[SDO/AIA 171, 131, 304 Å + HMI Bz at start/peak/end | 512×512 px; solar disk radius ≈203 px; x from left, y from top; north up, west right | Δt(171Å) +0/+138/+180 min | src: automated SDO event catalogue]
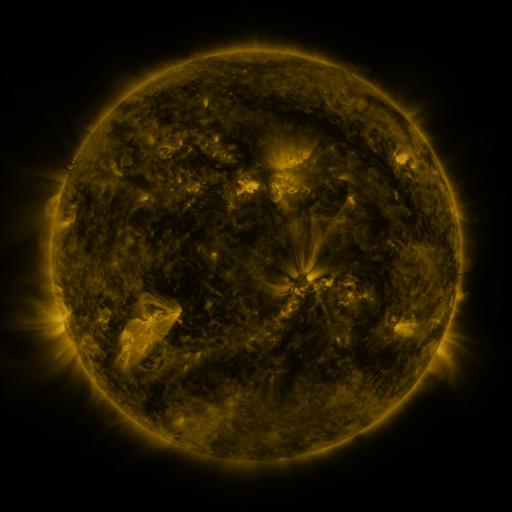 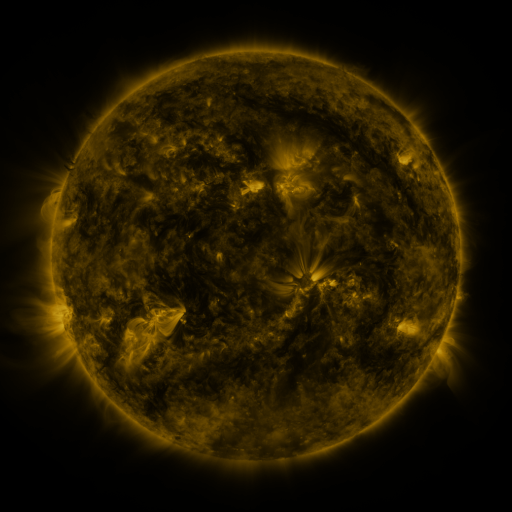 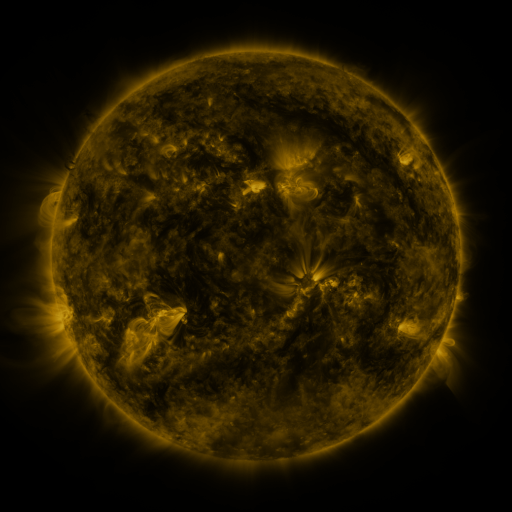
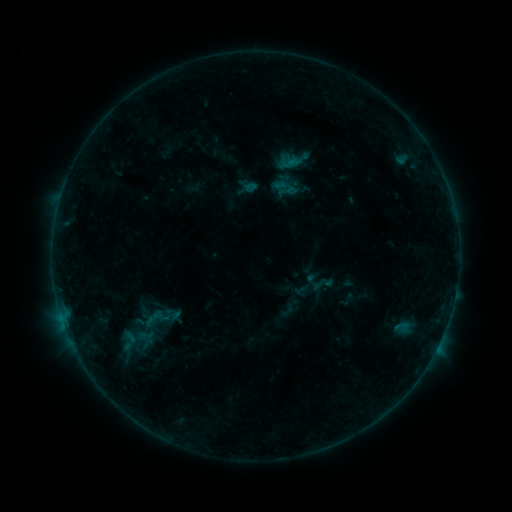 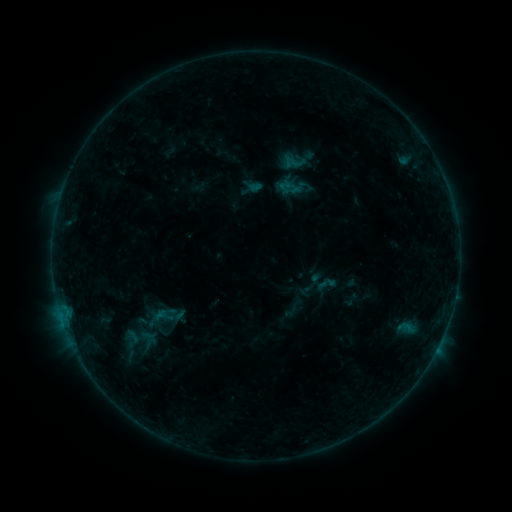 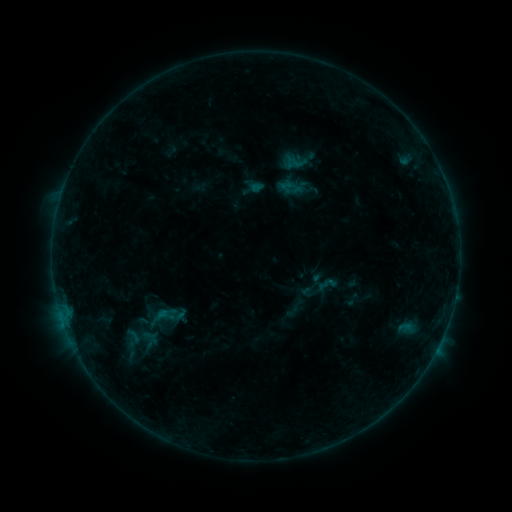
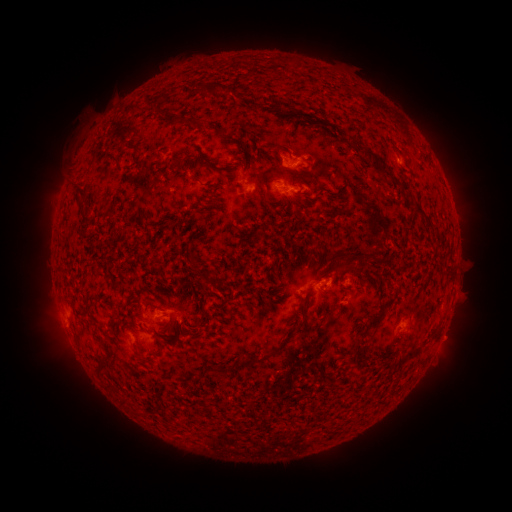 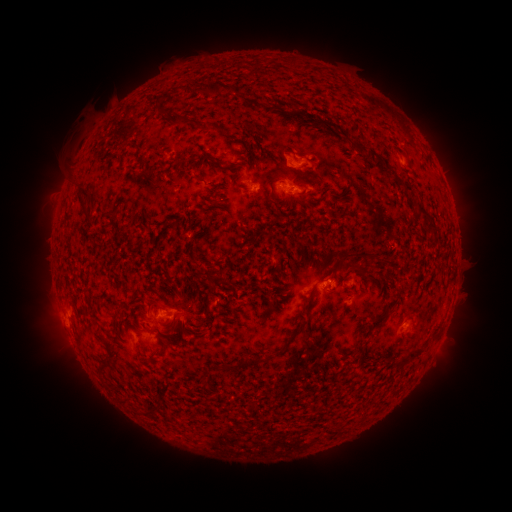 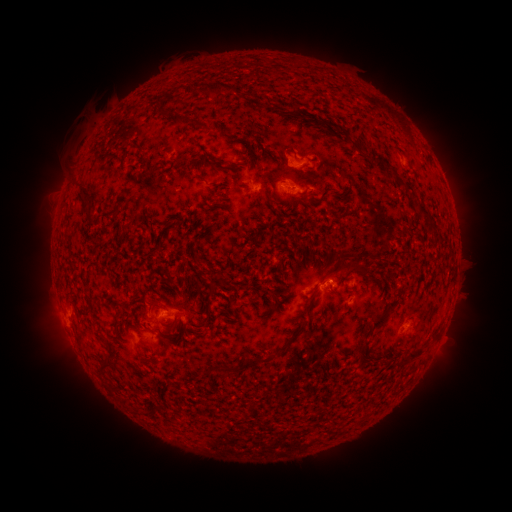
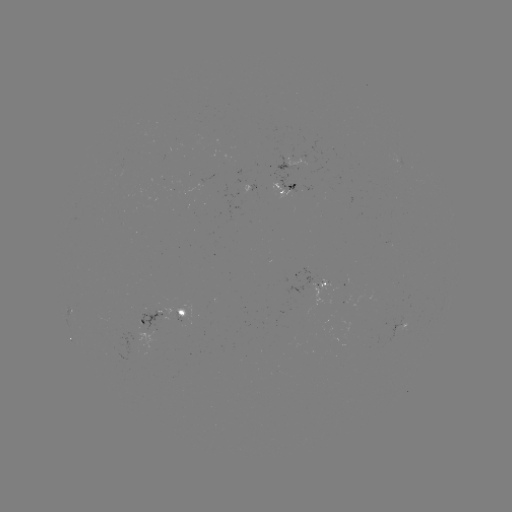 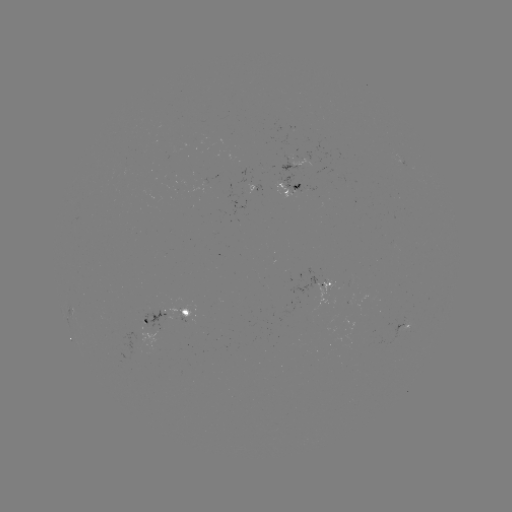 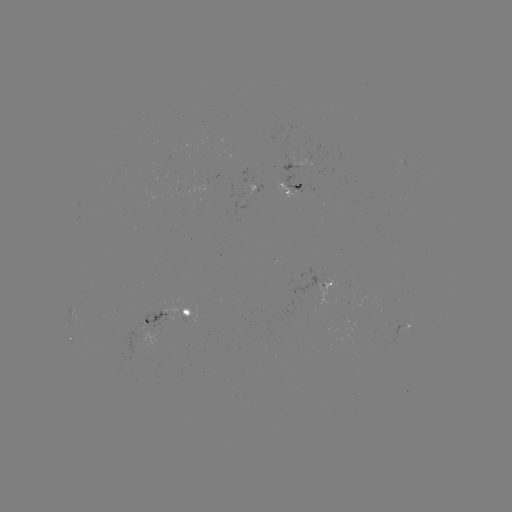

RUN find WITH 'emerging-flux region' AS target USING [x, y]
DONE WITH [328, 286] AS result